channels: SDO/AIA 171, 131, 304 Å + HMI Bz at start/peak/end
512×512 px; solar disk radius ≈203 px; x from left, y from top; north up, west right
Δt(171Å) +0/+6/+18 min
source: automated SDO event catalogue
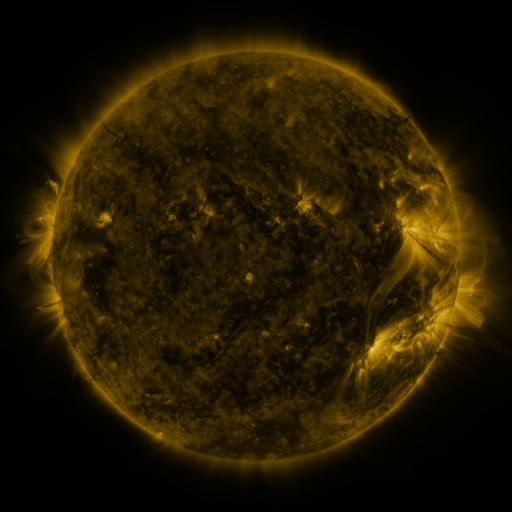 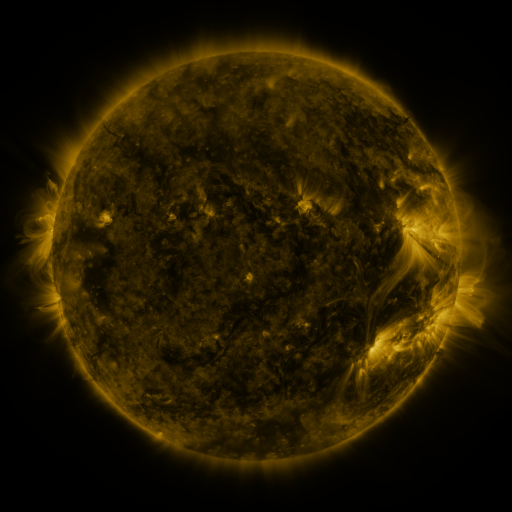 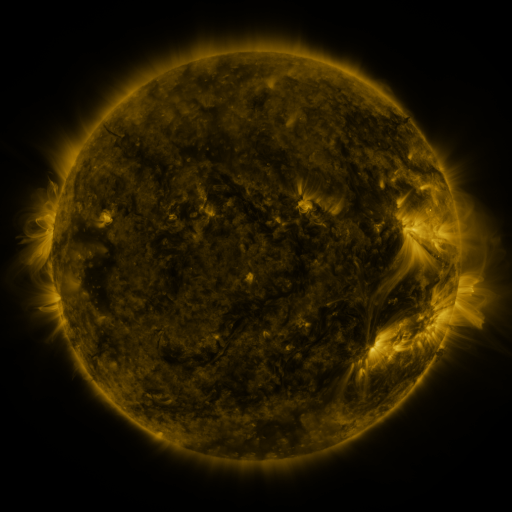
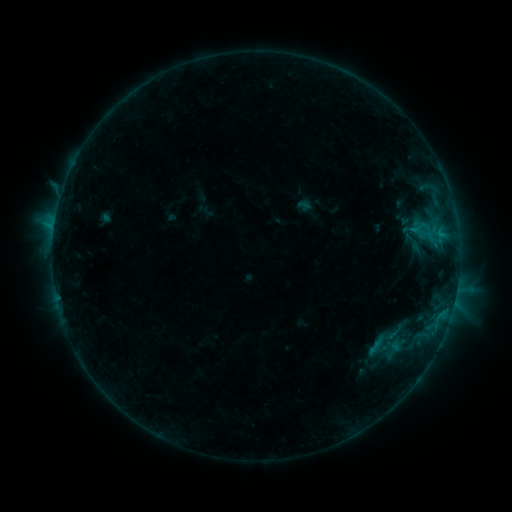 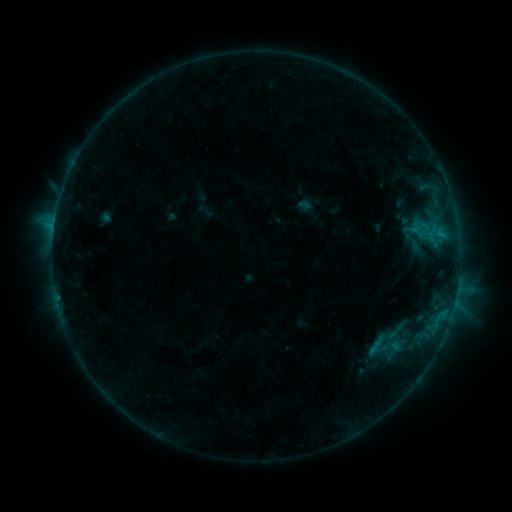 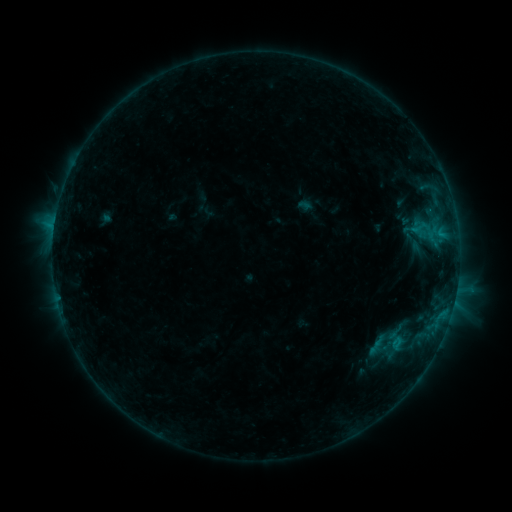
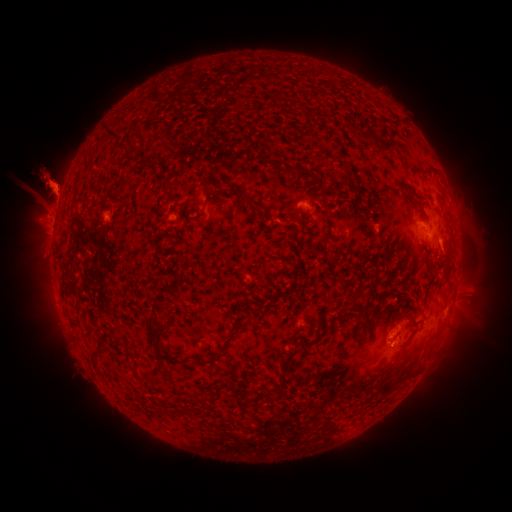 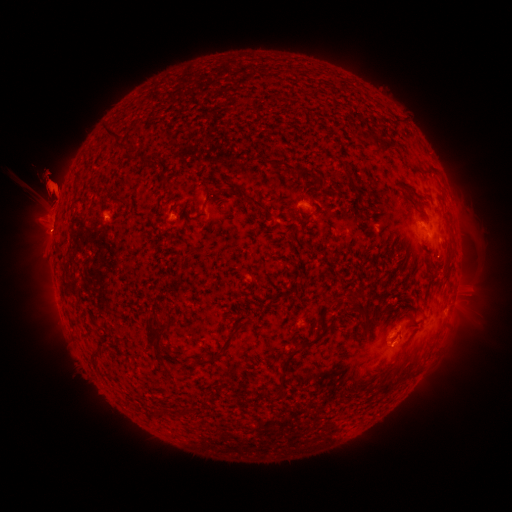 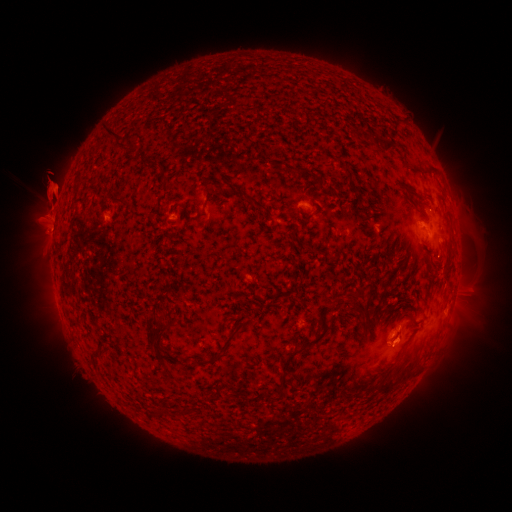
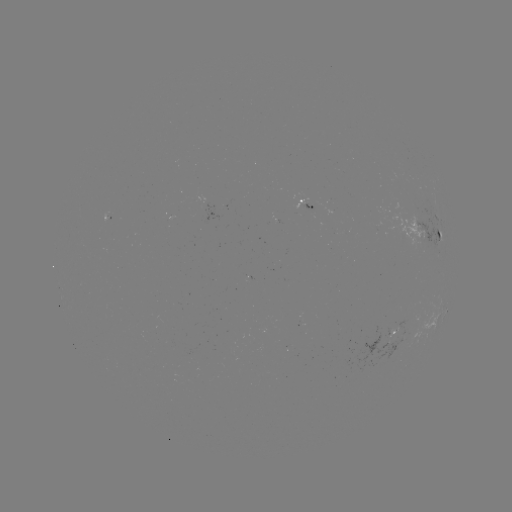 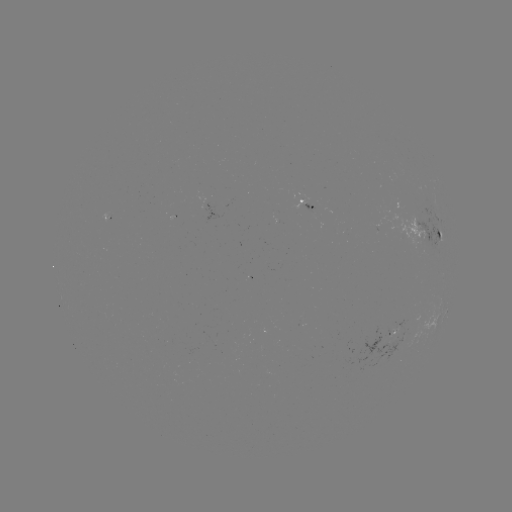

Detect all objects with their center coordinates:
eruption: (52, 204)
